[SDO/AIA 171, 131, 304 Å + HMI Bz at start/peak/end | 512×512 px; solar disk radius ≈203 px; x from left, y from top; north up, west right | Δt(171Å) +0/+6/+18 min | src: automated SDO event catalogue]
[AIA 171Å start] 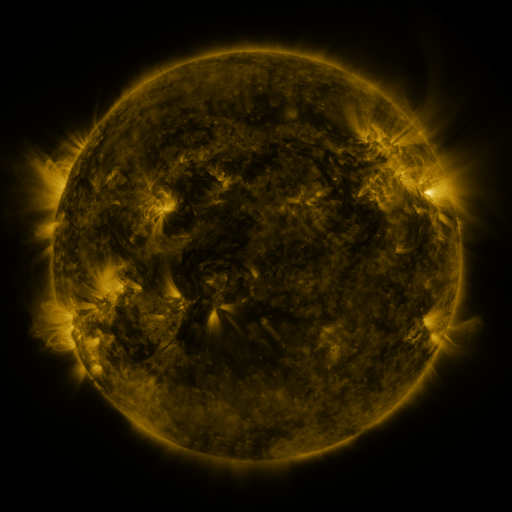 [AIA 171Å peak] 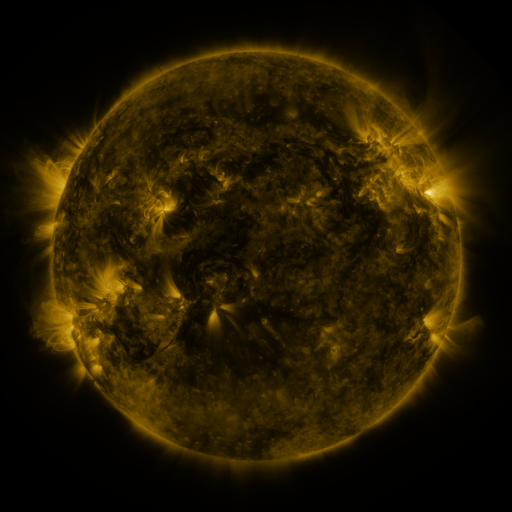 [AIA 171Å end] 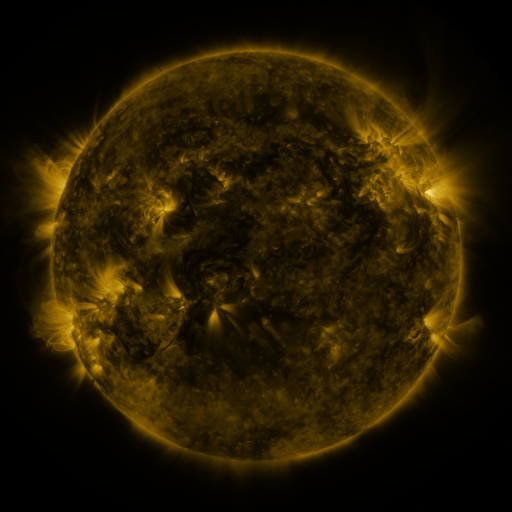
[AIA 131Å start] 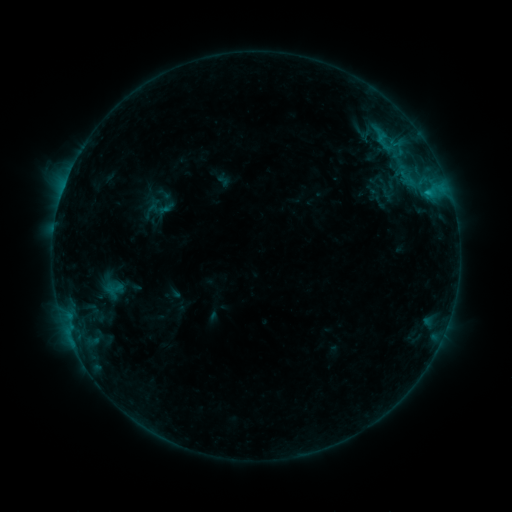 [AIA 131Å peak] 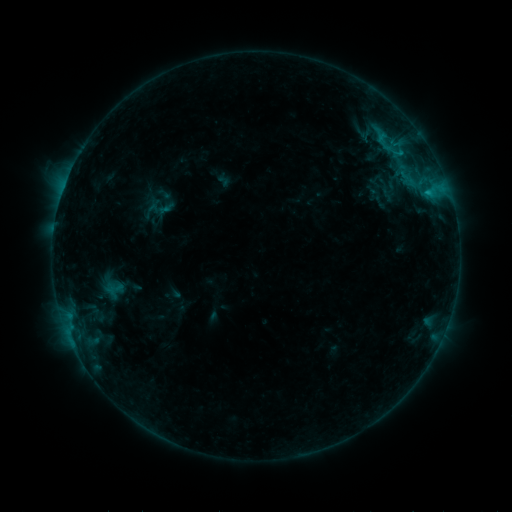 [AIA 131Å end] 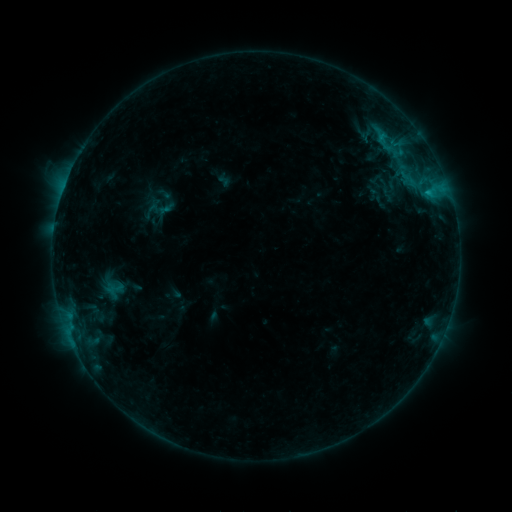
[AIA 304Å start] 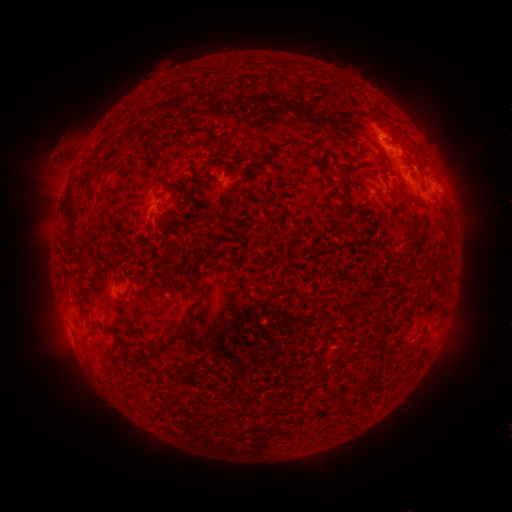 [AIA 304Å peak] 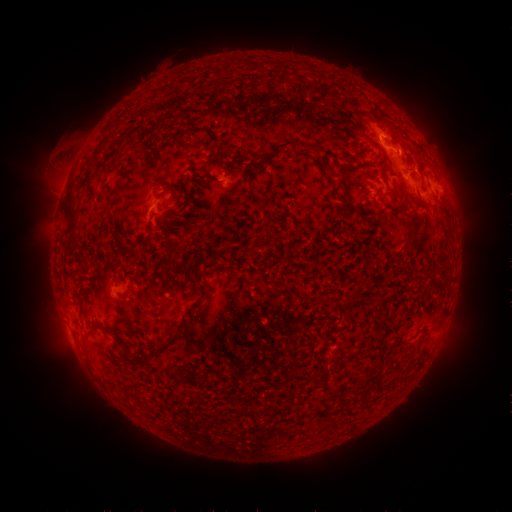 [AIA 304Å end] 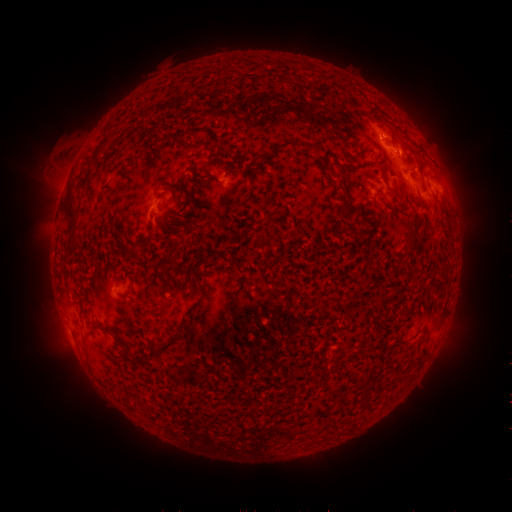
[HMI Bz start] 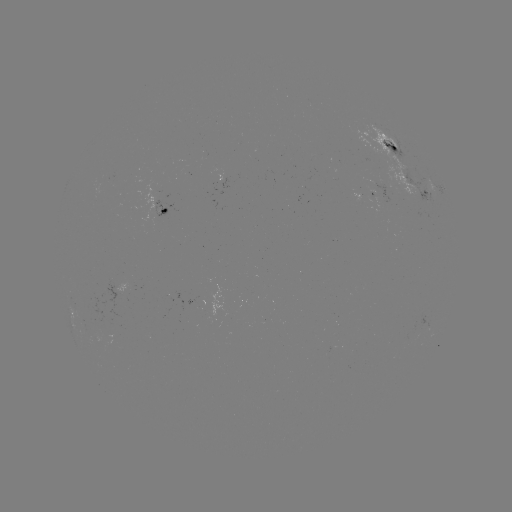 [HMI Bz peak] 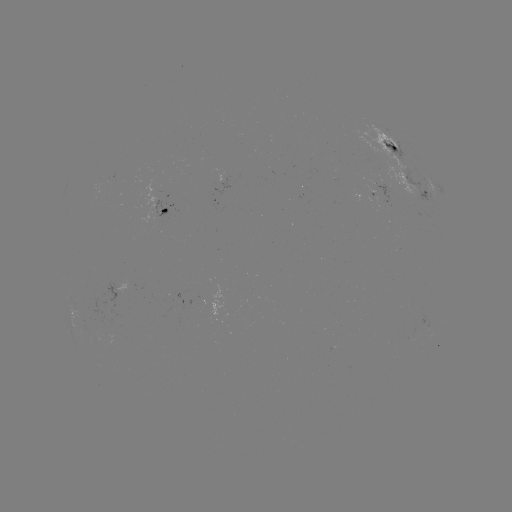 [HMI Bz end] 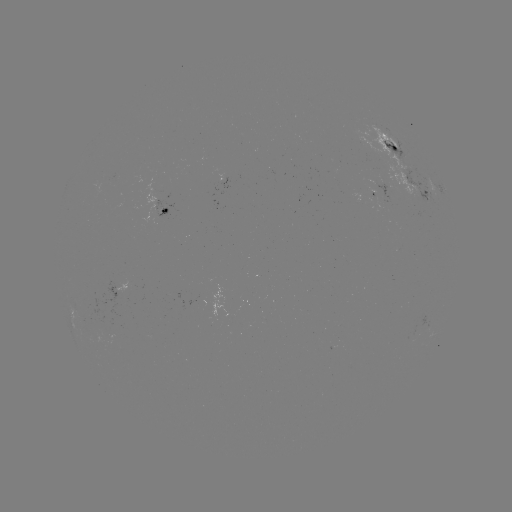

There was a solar flare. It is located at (398, 153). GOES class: B7.3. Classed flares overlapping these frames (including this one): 1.